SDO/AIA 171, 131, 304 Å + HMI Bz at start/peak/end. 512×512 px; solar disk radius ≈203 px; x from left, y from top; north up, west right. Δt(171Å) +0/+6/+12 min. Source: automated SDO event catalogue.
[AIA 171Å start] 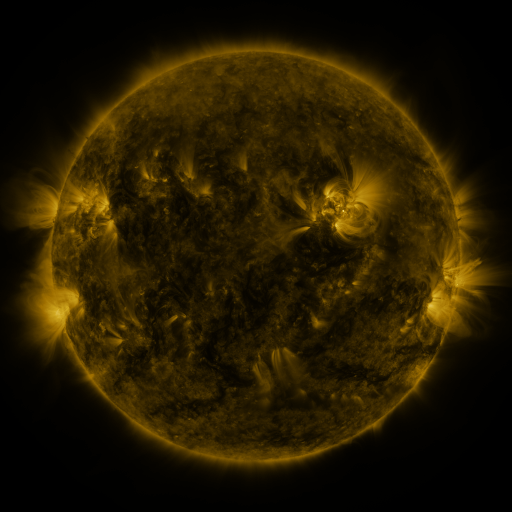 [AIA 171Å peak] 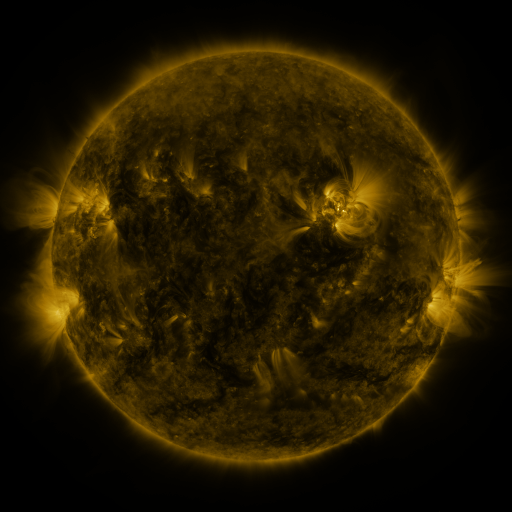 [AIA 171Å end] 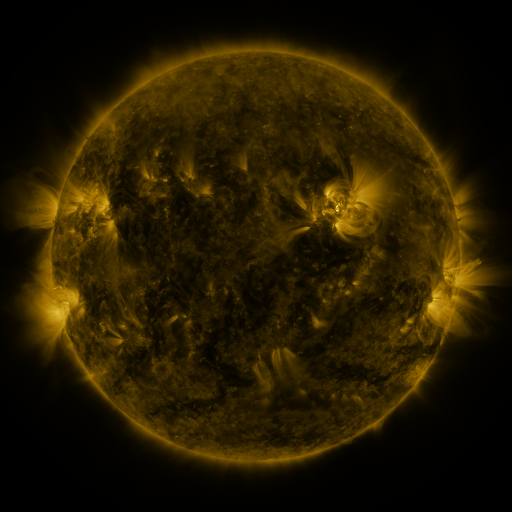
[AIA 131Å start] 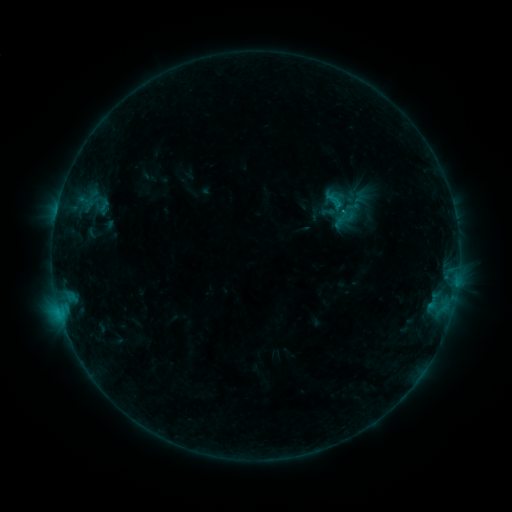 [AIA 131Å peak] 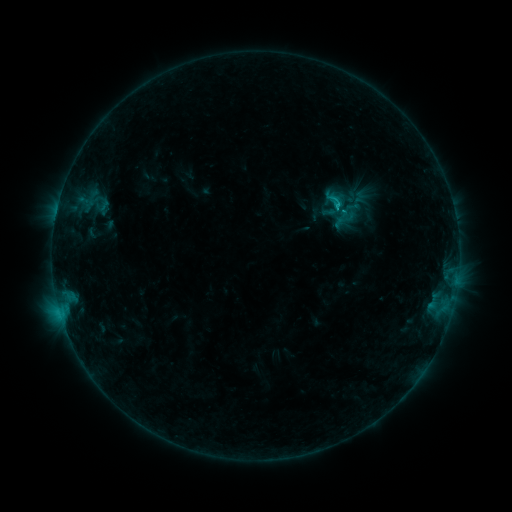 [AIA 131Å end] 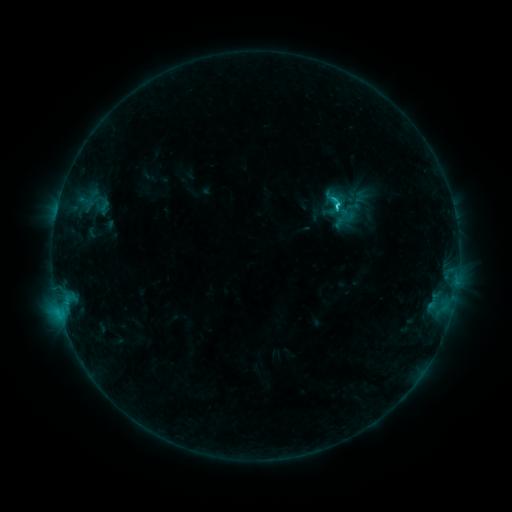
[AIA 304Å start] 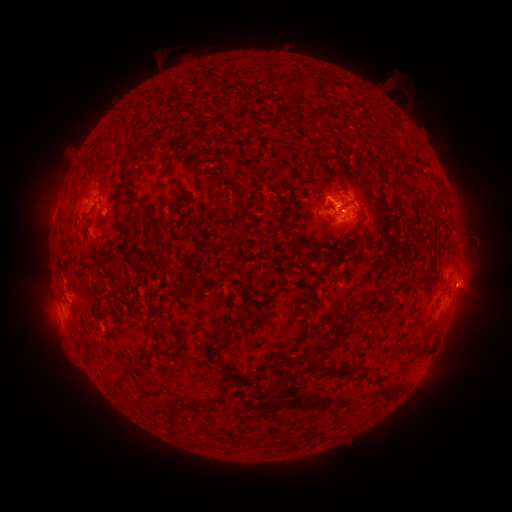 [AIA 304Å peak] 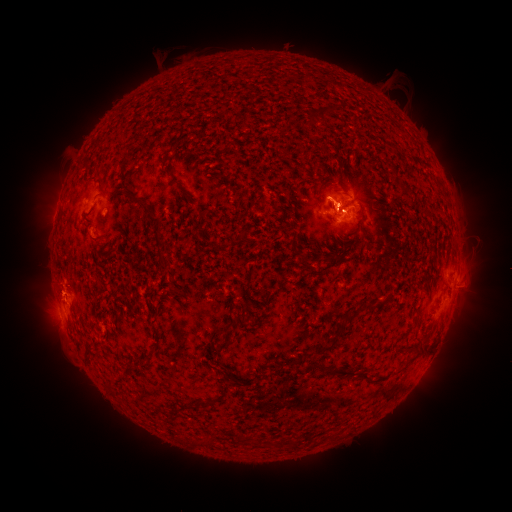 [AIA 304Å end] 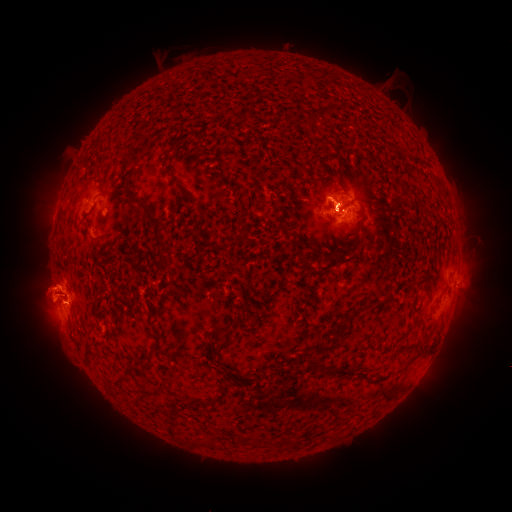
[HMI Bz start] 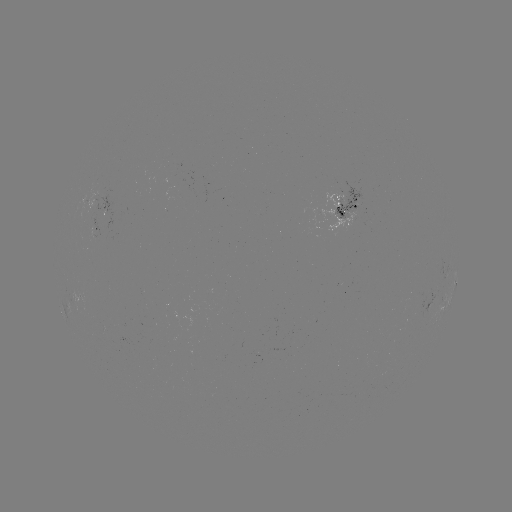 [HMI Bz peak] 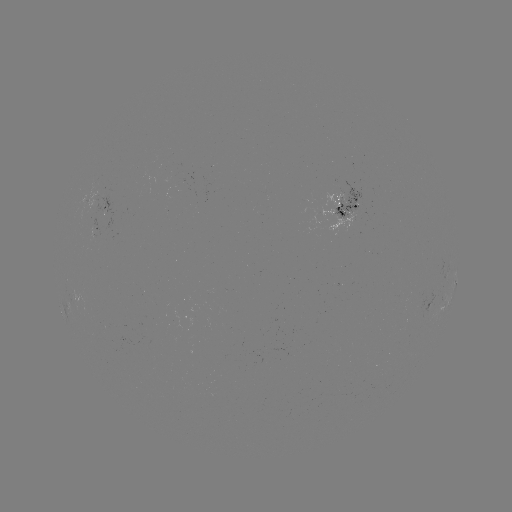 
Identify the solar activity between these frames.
C1.6 flare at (337, 205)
